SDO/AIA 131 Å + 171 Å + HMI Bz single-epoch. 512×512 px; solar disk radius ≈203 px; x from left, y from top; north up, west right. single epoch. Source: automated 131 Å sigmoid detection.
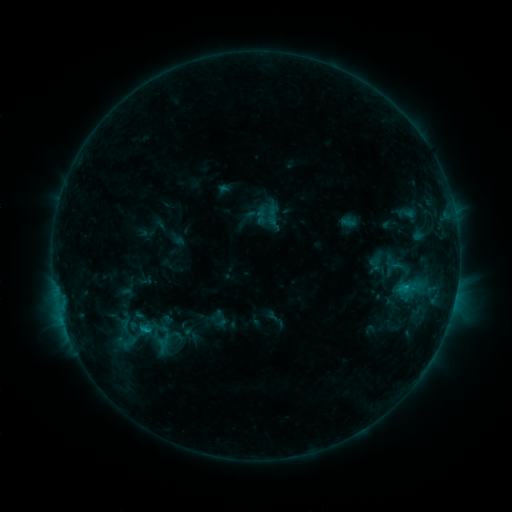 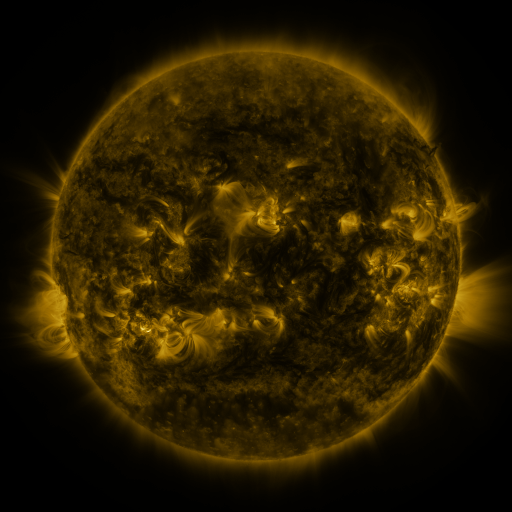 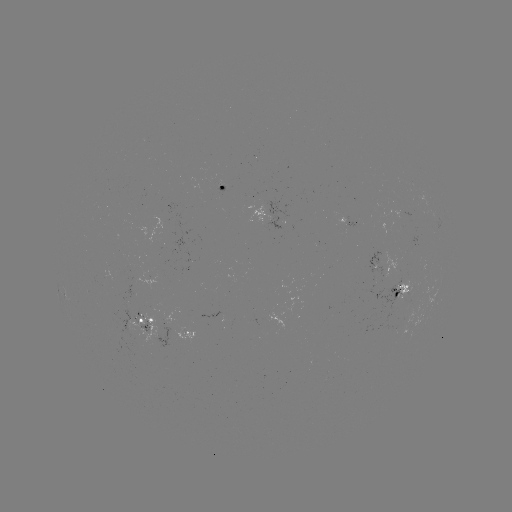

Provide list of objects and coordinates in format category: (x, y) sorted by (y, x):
sigmoid: (128, 338)
